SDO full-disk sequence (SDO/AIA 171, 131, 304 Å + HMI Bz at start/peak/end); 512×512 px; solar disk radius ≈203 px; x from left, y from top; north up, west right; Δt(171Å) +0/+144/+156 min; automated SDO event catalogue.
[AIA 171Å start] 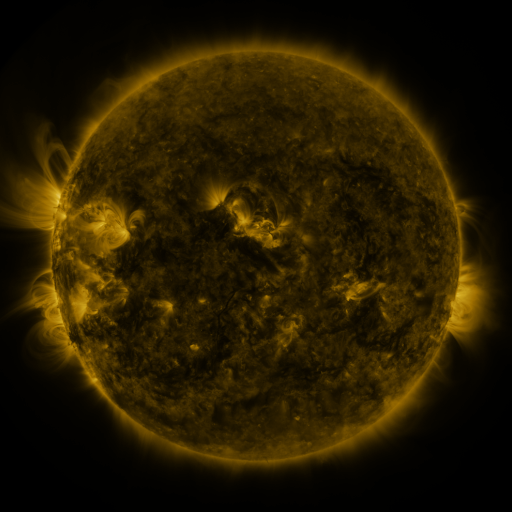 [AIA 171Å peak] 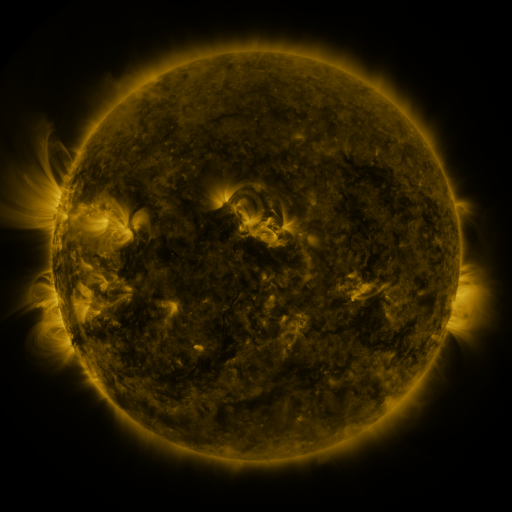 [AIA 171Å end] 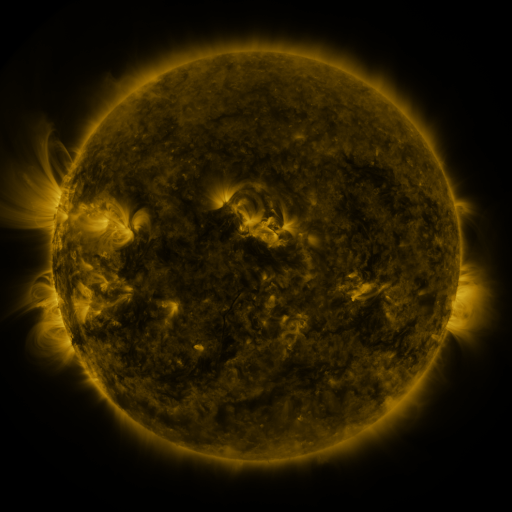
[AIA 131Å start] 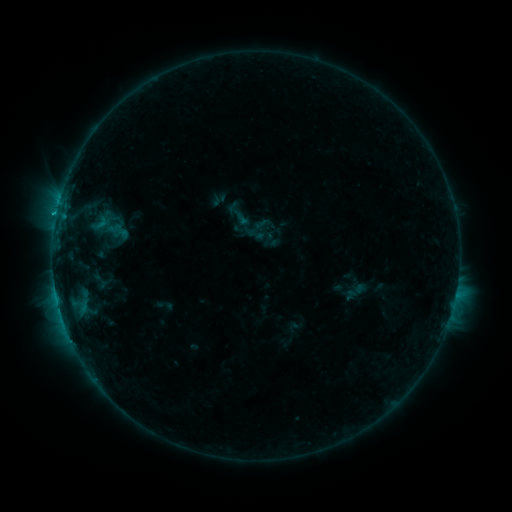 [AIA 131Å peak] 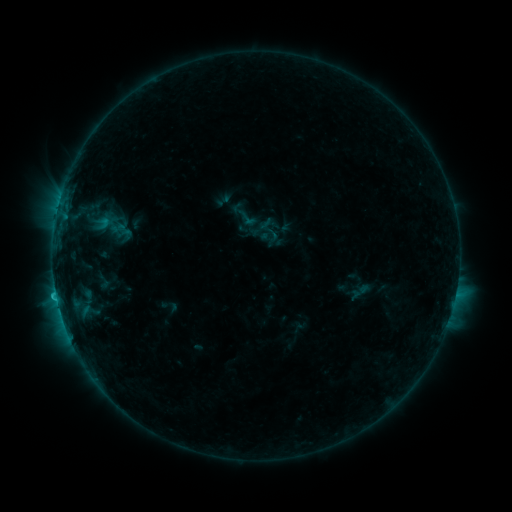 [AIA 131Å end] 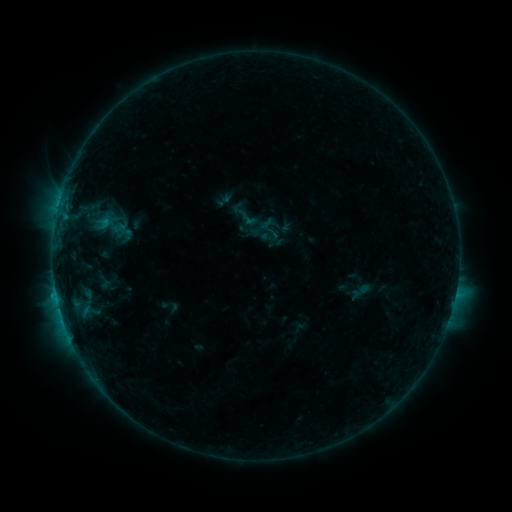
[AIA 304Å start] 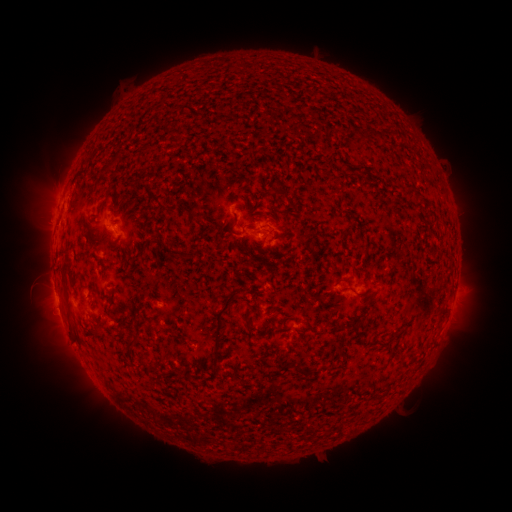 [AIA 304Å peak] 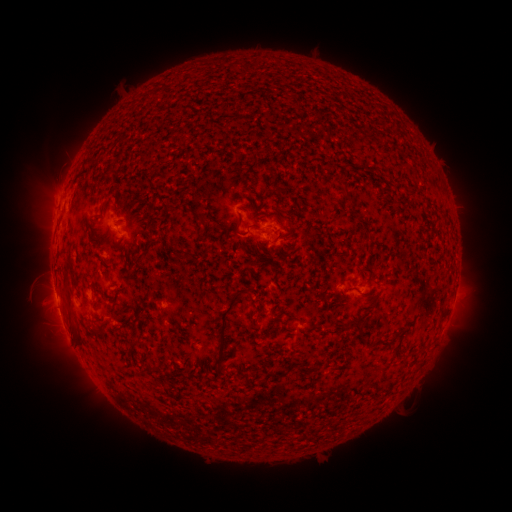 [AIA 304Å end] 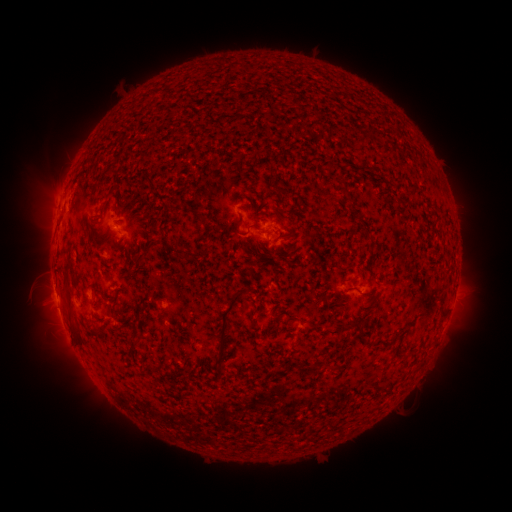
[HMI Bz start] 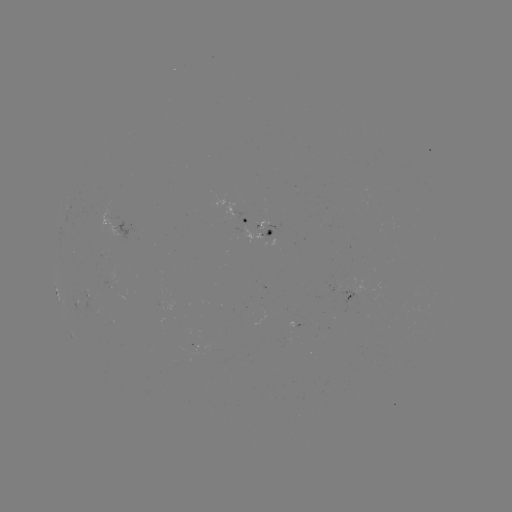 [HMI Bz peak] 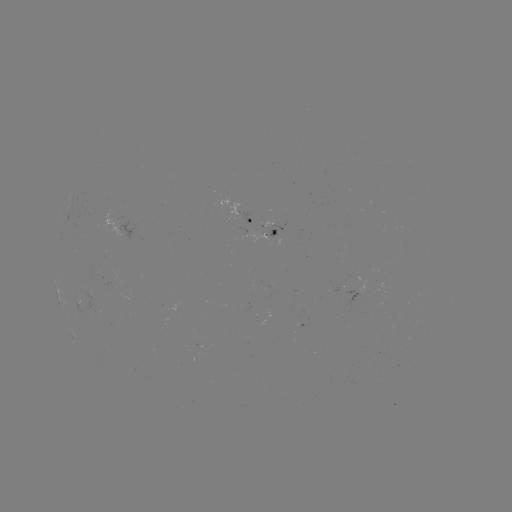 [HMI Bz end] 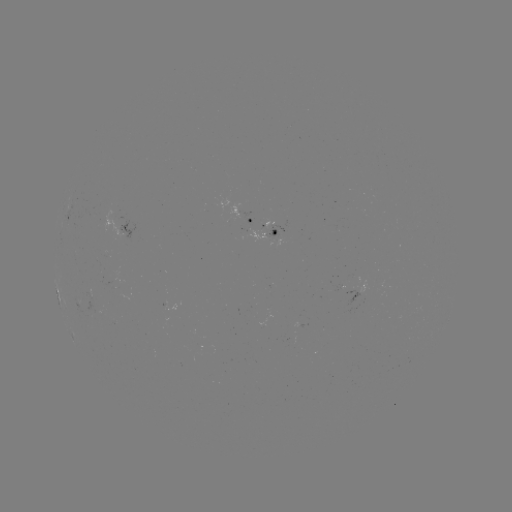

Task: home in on emerging-flux region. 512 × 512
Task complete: (115, 219).